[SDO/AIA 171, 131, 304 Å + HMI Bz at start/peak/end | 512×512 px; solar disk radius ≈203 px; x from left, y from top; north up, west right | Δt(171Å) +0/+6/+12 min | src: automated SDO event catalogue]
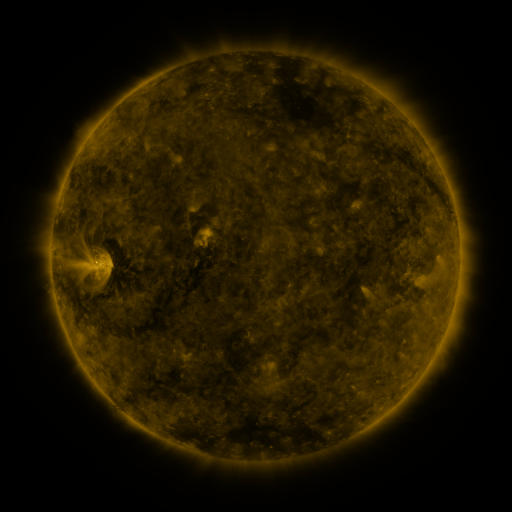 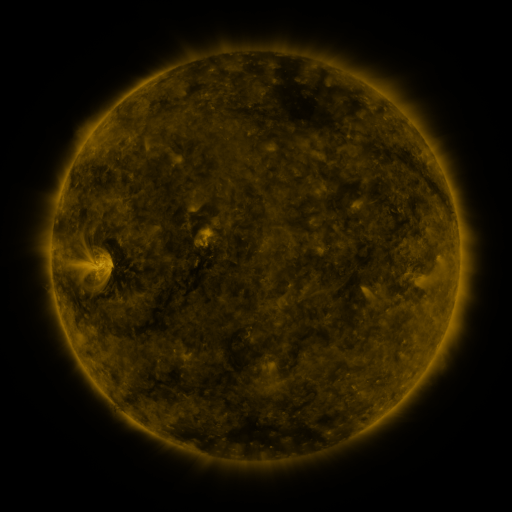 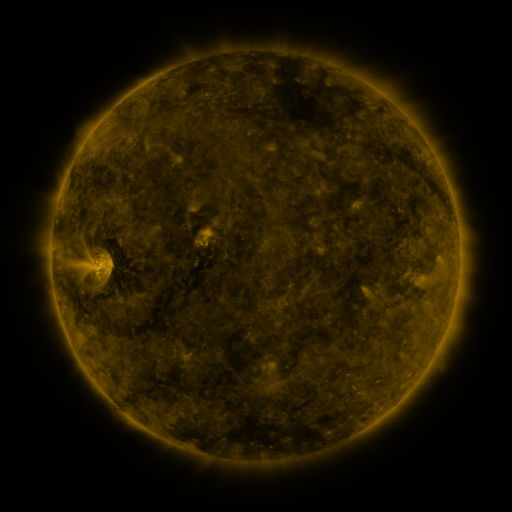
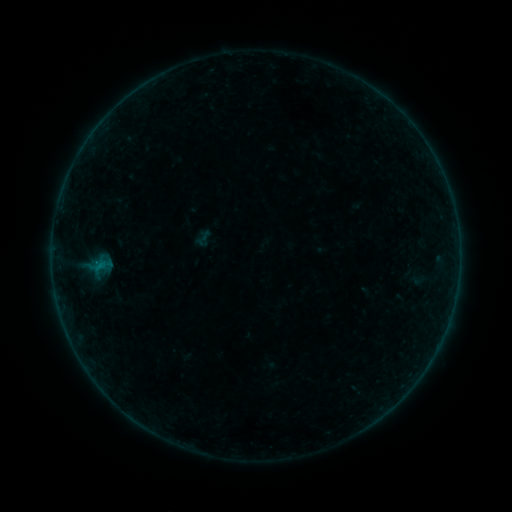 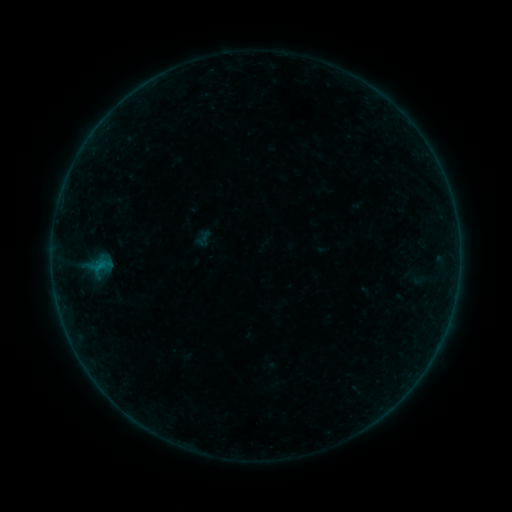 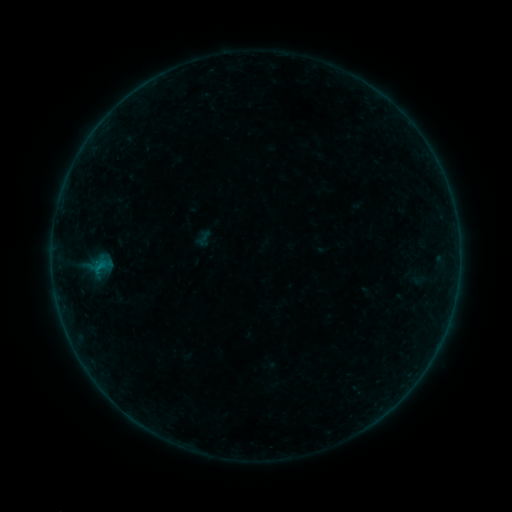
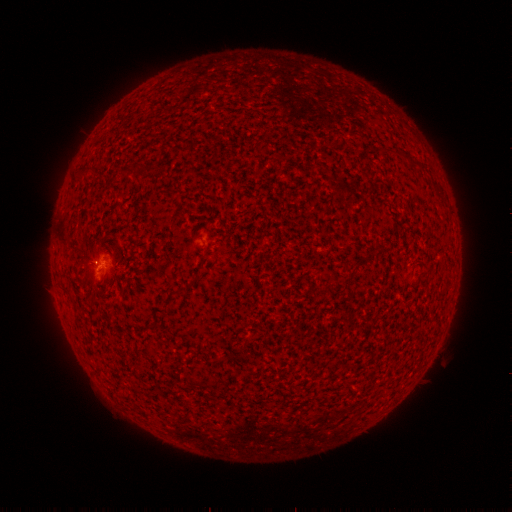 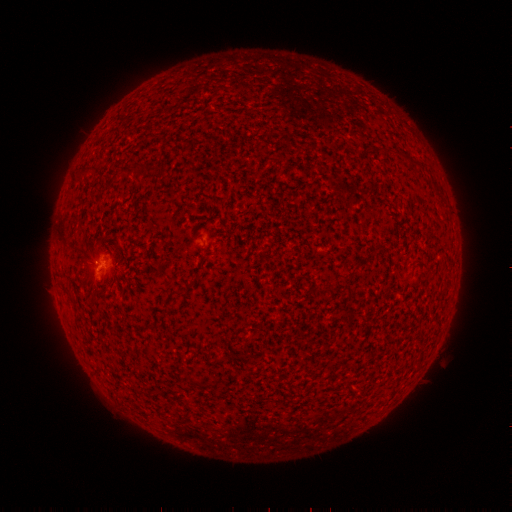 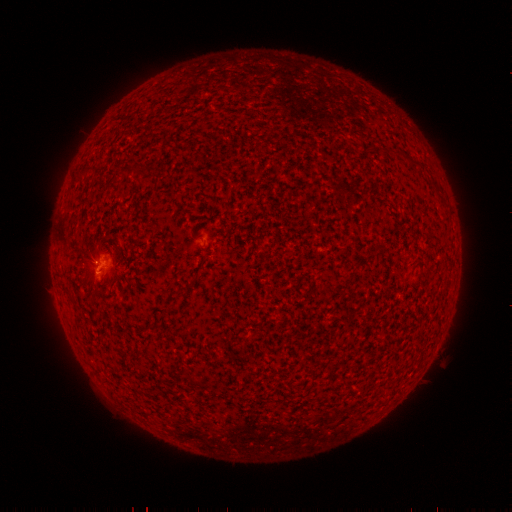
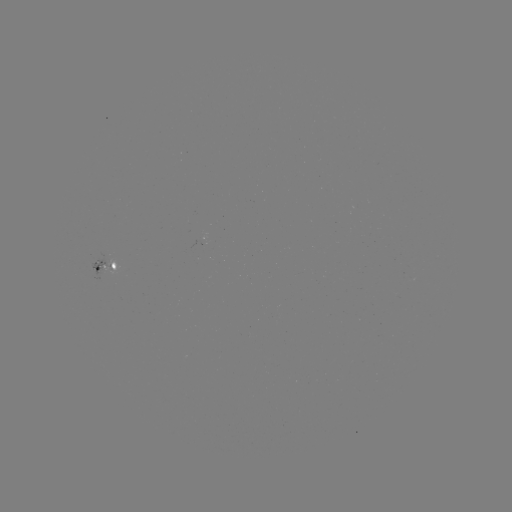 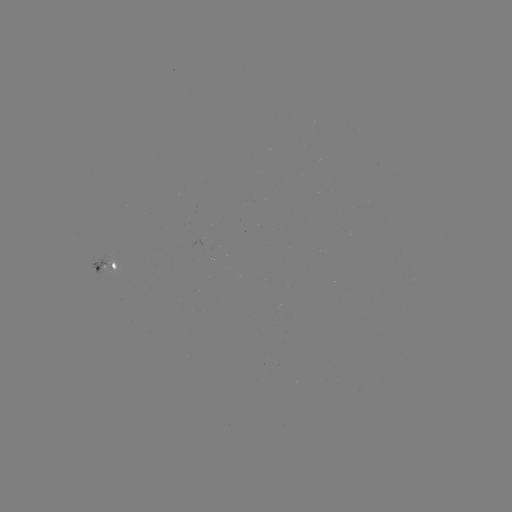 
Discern B1.3 flare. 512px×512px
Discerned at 98,266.